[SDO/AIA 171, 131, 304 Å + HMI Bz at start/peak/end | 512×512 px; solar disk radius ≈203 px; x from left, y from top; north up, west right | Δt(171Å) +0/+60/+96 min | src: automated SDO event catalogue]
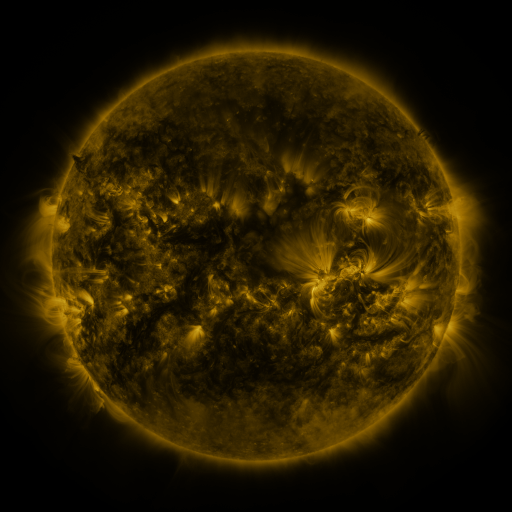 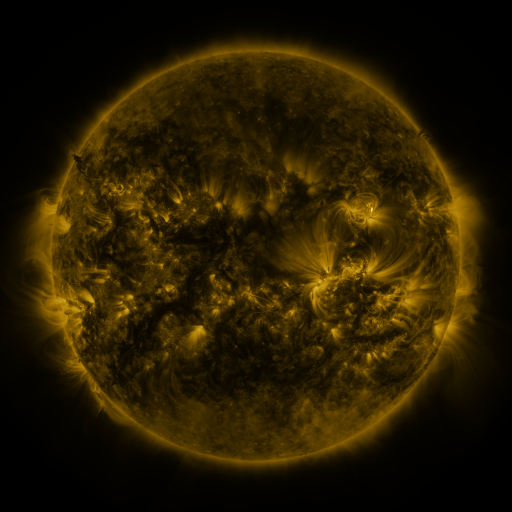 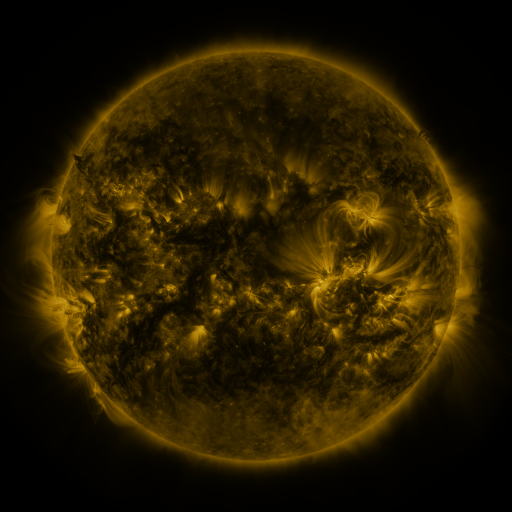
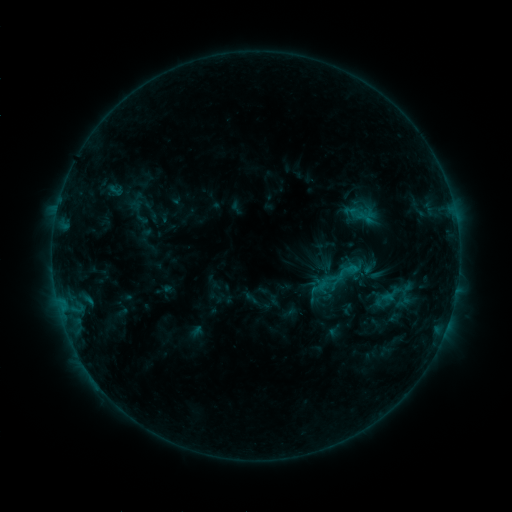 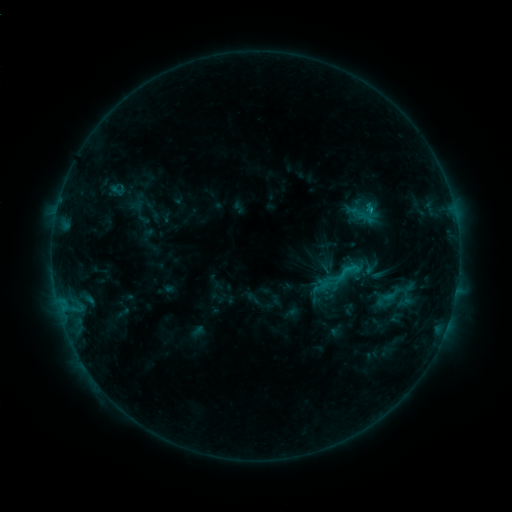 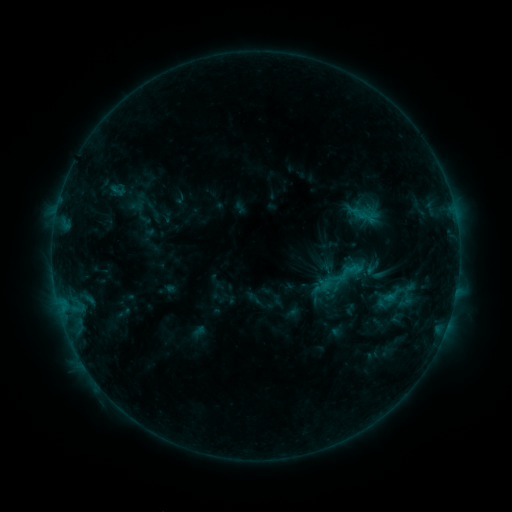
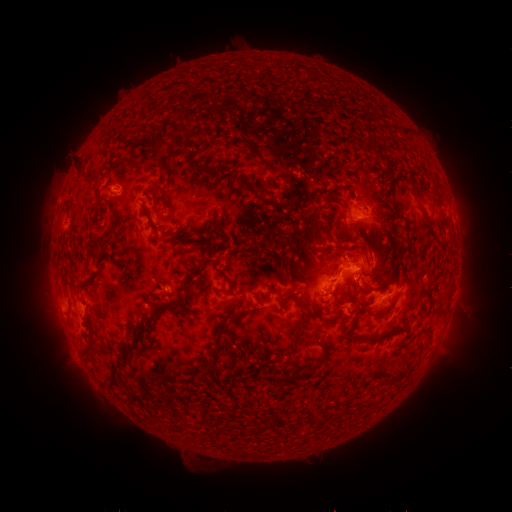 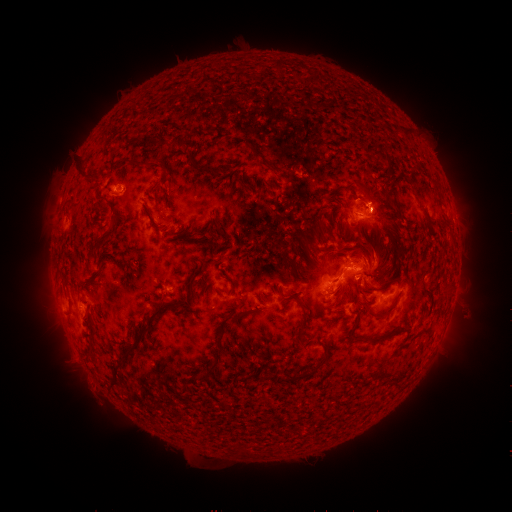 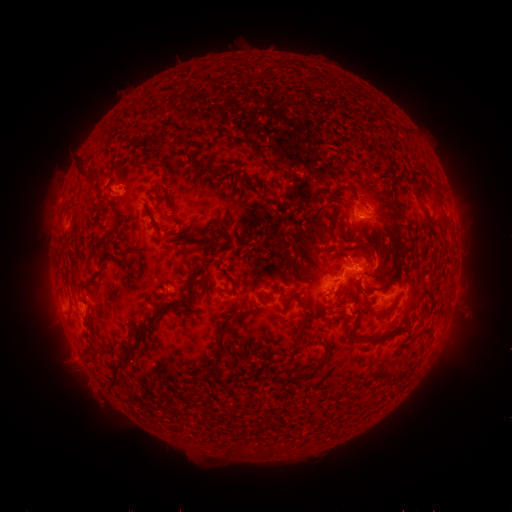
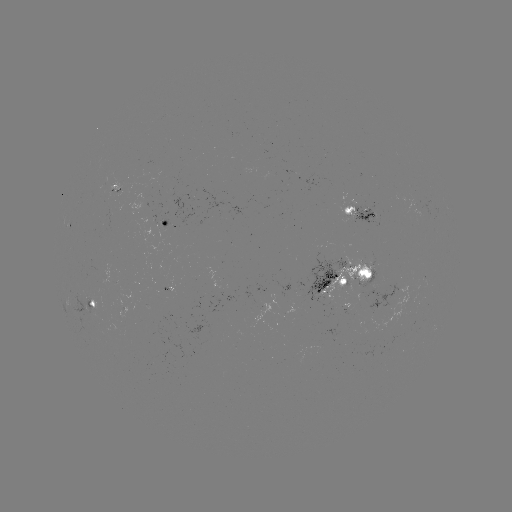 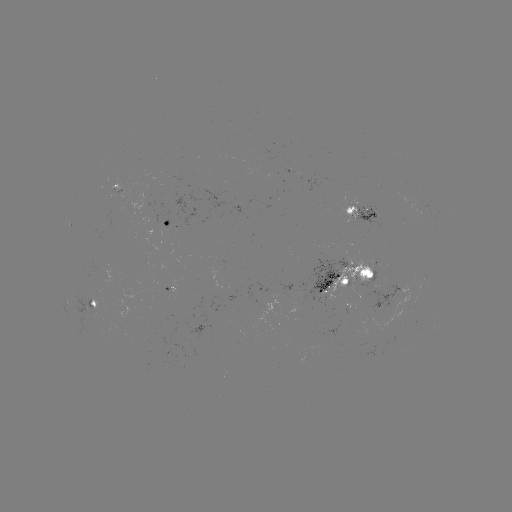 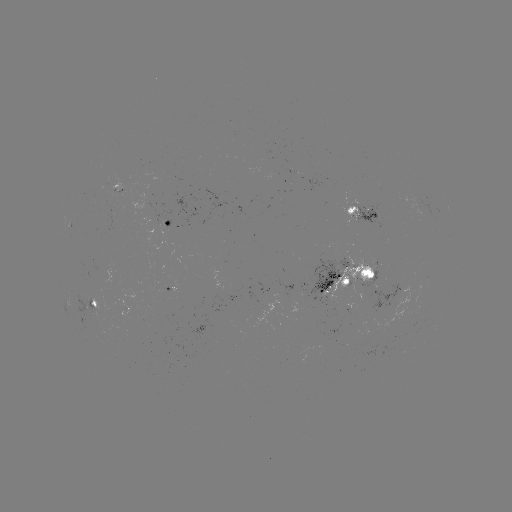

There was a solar emerging-flux region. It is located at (426, 280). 